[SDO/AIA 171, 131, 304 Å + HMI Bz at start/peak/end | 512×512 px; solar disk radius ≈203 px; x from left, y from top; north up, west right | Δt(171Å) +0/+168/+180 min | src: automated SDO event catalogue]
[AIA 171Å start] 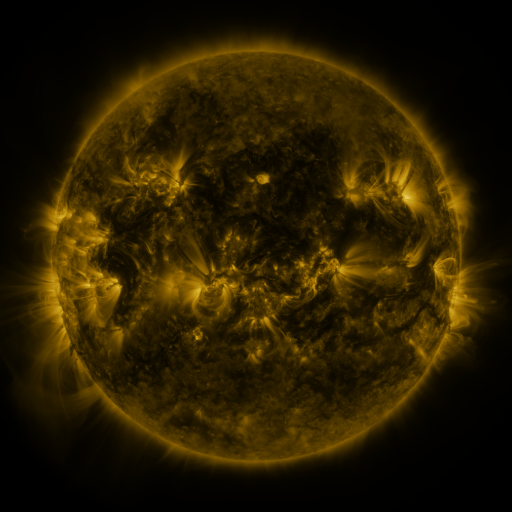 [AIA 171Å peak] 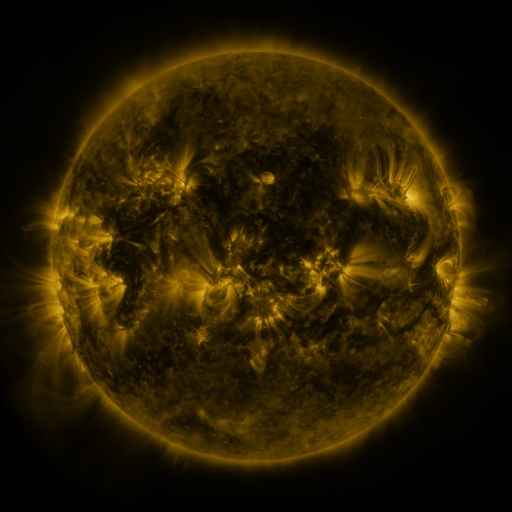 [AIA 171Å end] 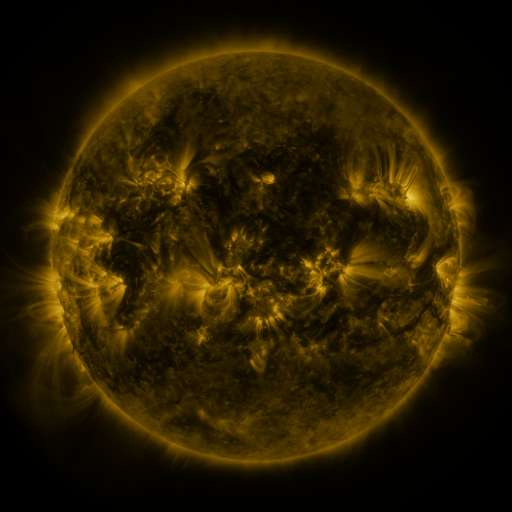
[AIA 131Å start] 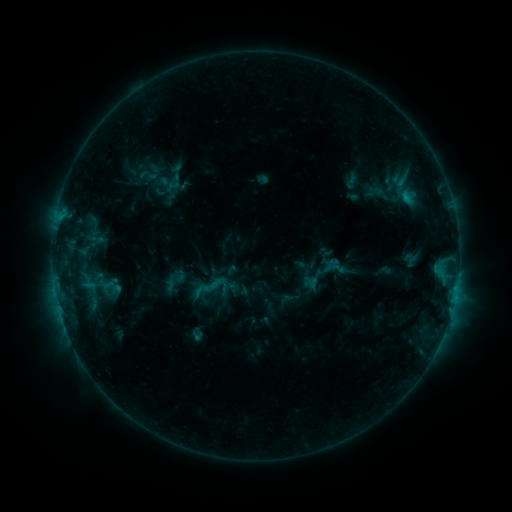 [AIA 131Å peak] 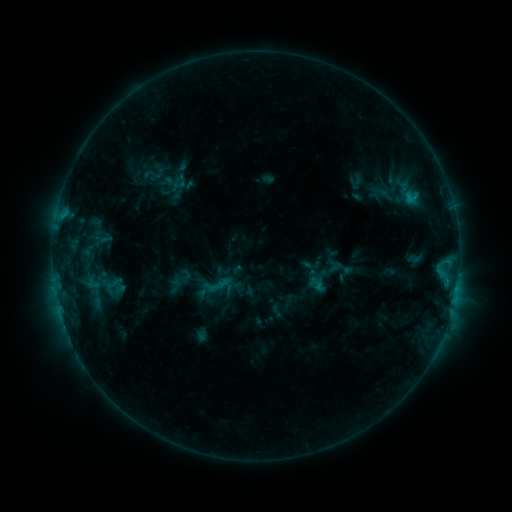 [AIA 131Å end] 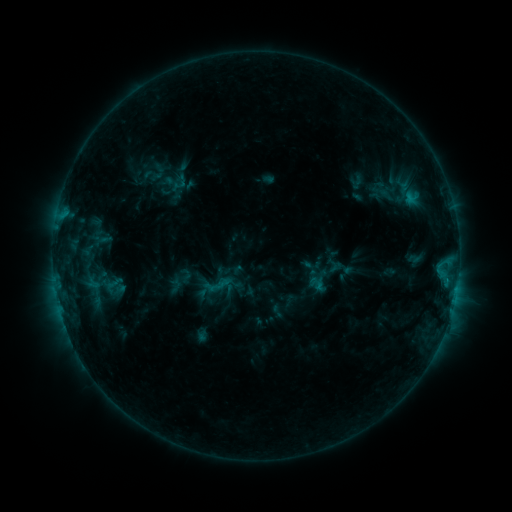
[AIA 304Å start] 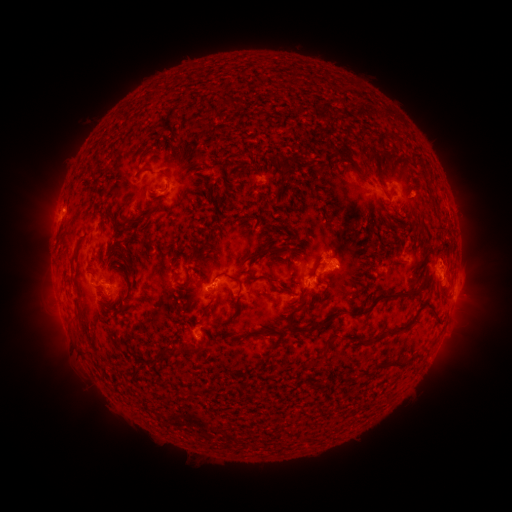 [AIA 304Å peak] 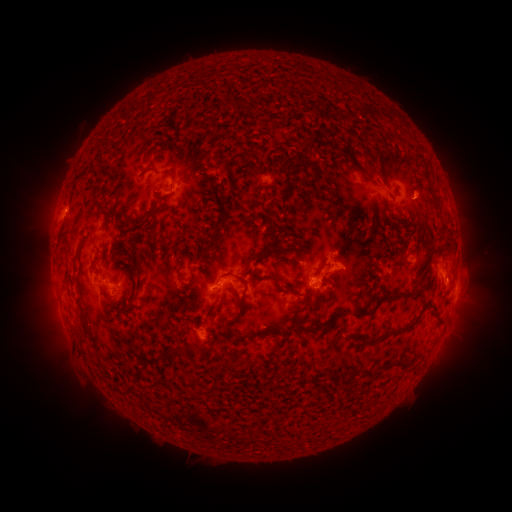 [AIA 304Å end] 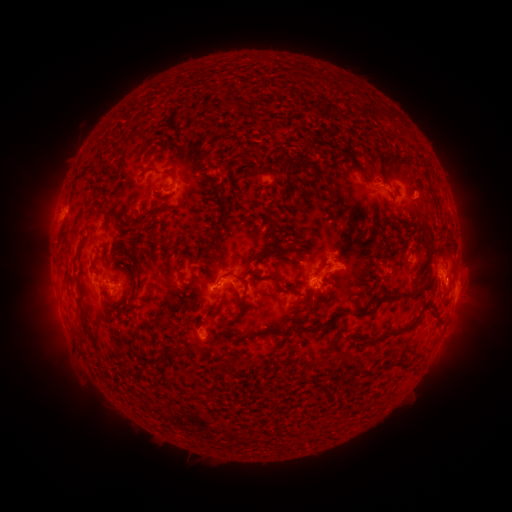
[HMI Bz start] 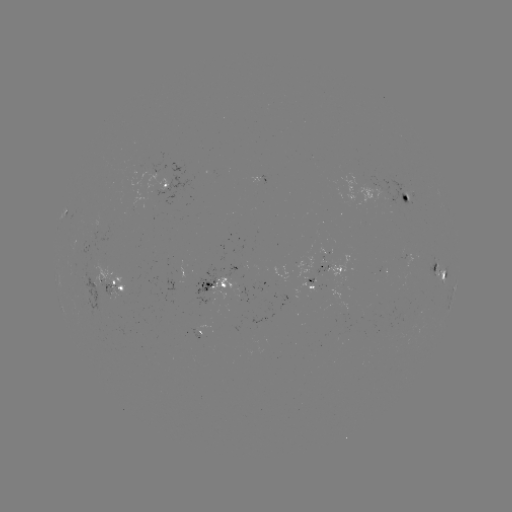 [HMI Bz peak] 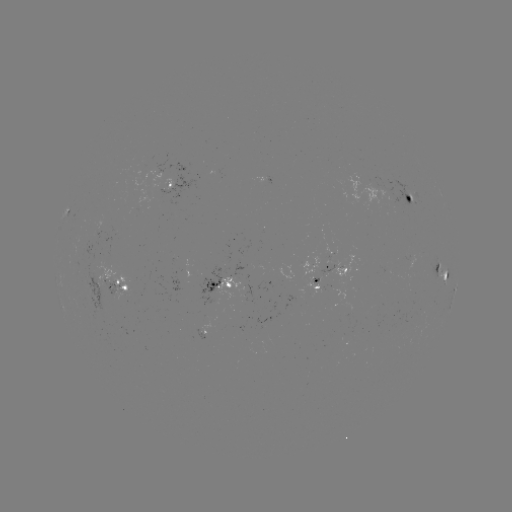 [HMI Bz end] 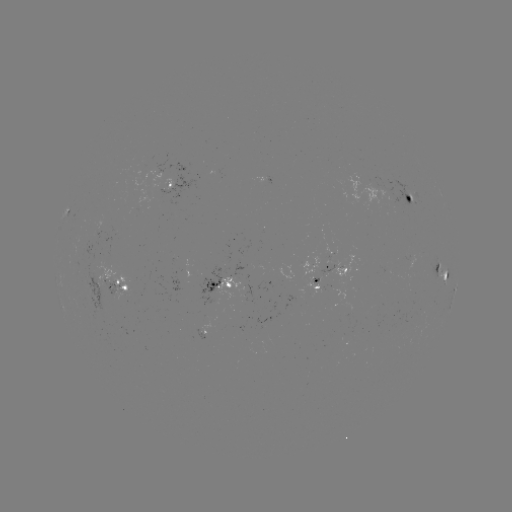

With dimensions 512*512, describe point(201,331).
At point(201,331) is emerging-flux region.